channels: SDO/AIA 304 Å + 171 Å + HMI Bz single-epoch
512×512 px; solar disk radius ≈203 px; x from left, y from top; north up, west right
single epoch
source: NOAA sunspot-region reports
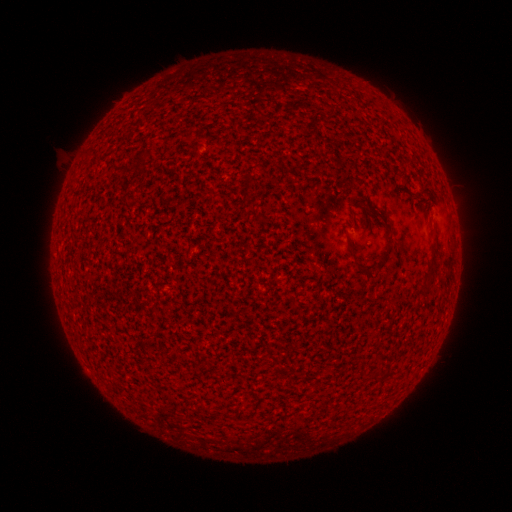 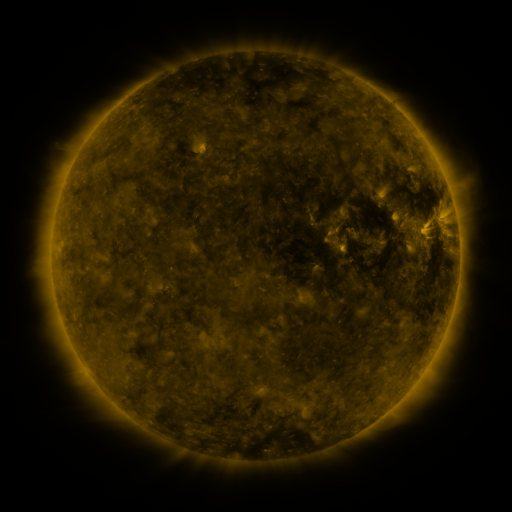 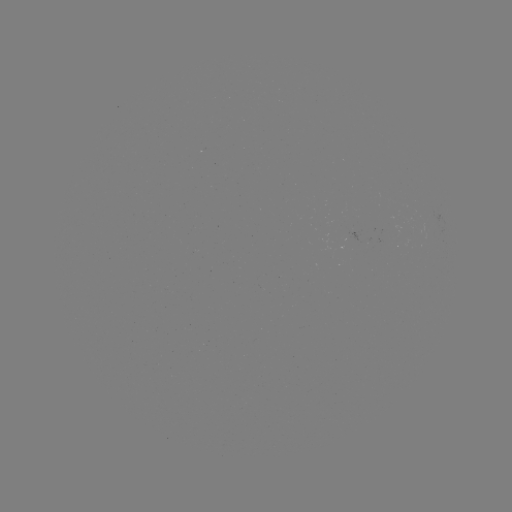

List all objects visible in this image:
(none)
